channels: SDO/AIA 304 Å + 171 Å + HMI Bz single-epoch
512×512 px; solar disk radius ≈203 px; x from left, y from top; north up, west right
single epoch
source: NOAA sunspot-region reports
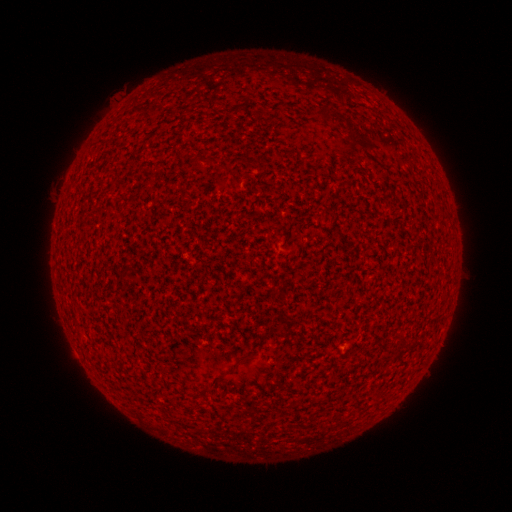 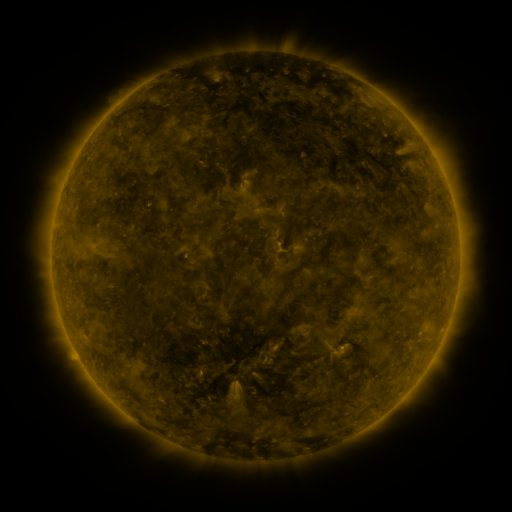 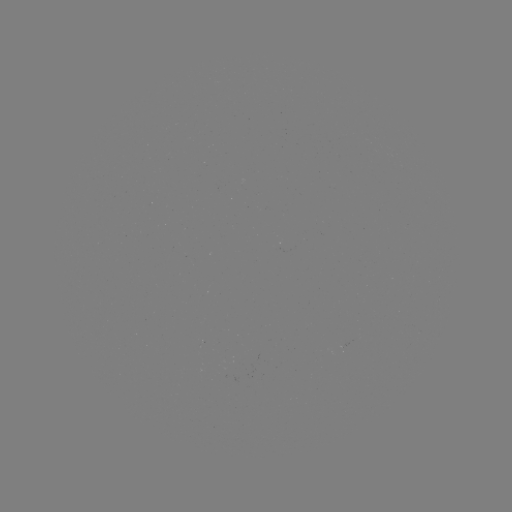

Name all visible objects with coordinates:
(none)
